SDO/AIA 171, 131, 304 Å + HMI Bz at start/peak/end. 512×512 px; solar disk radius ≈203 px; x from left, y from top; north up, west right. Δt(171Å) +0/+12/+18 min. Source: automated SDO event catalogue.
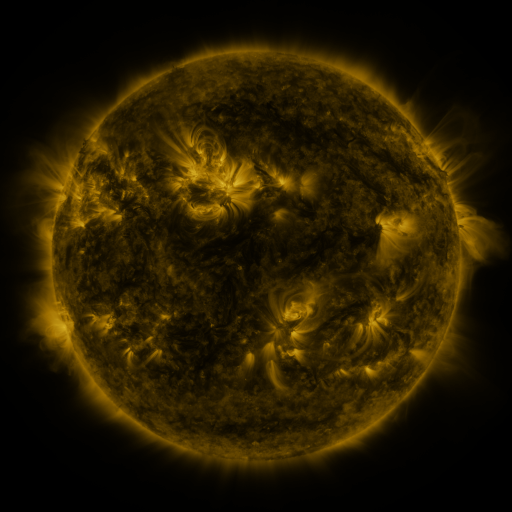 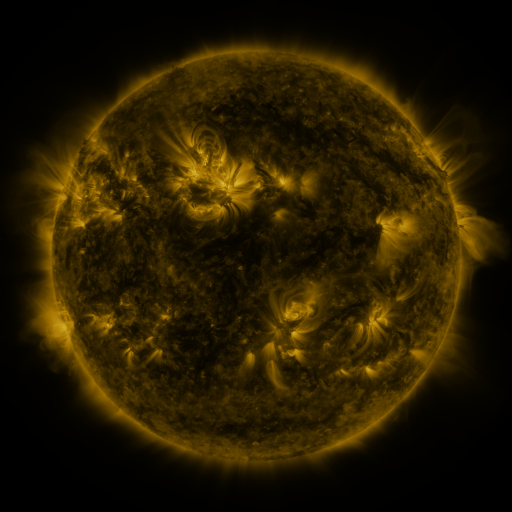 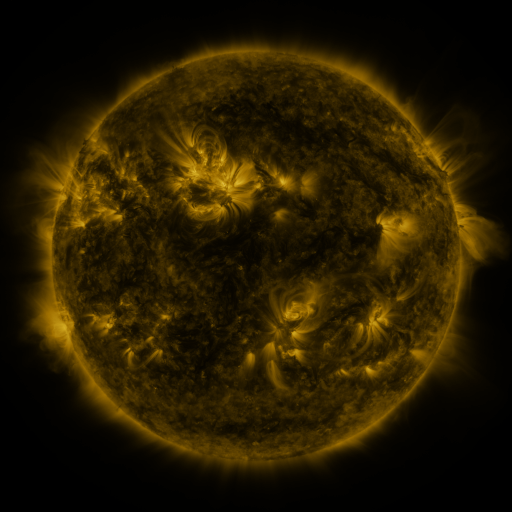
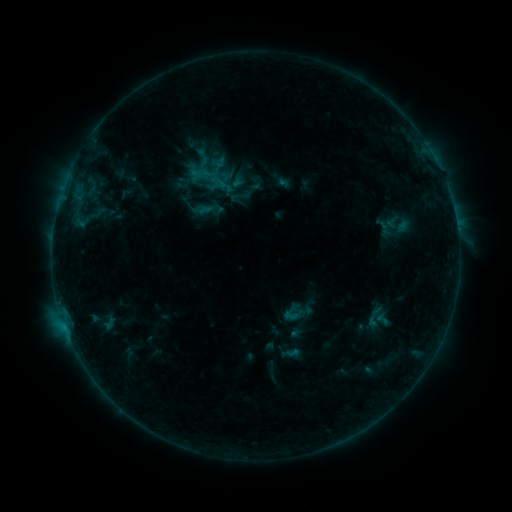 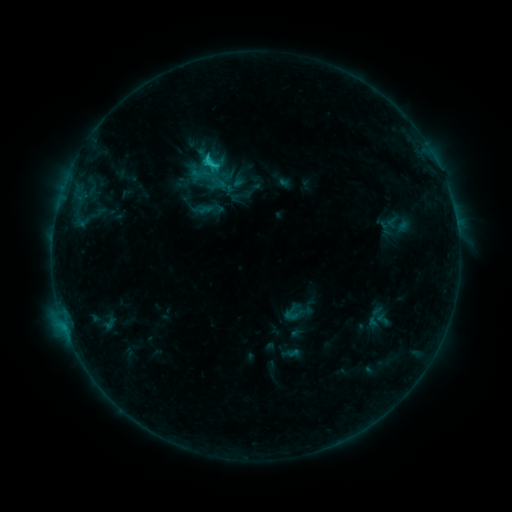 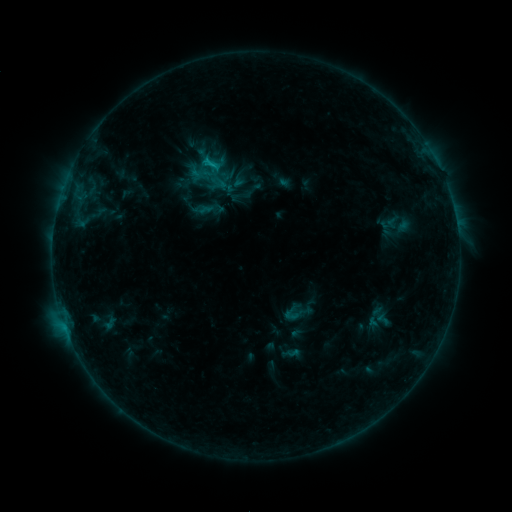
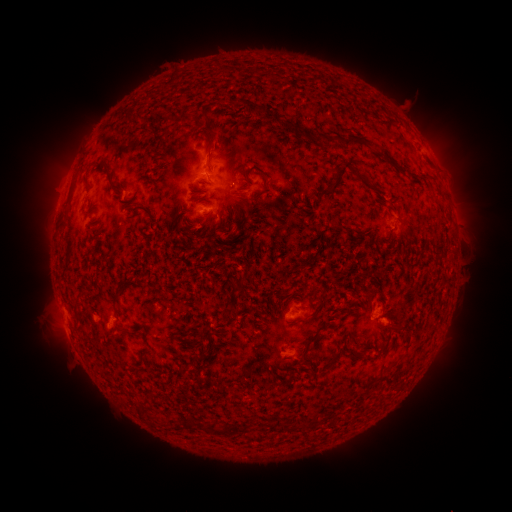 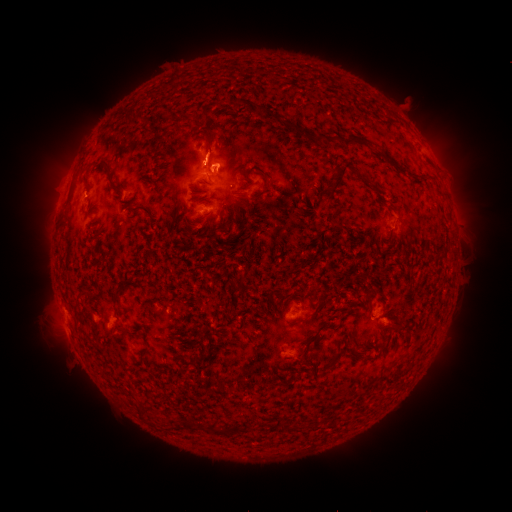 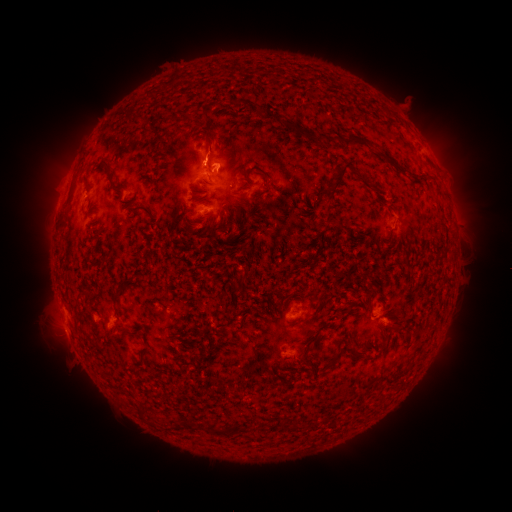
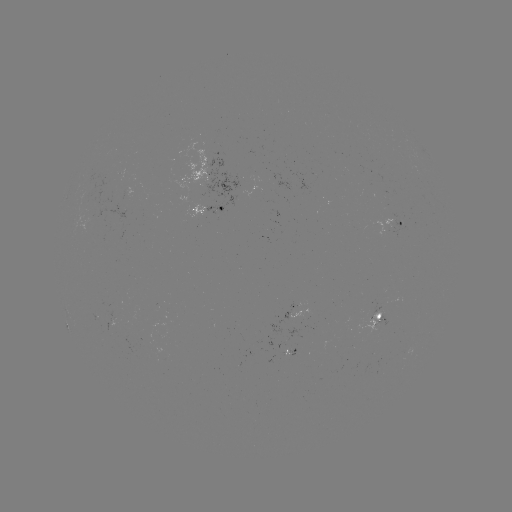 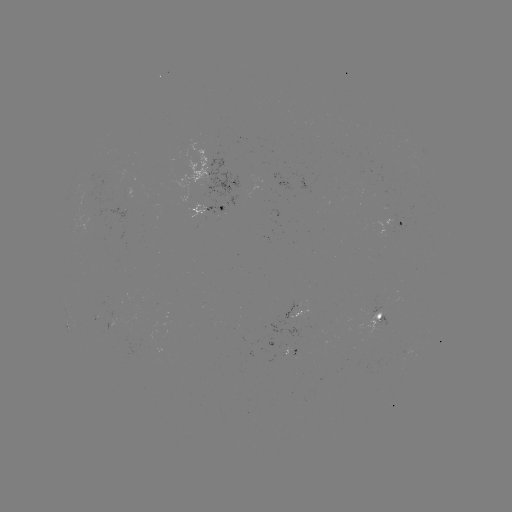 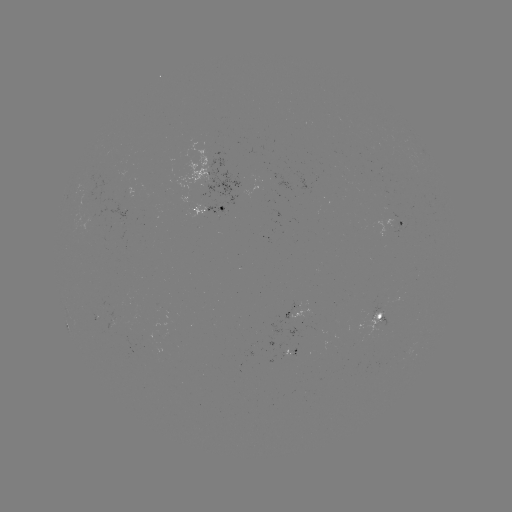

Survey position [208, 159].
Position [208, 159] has C1.2 flare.